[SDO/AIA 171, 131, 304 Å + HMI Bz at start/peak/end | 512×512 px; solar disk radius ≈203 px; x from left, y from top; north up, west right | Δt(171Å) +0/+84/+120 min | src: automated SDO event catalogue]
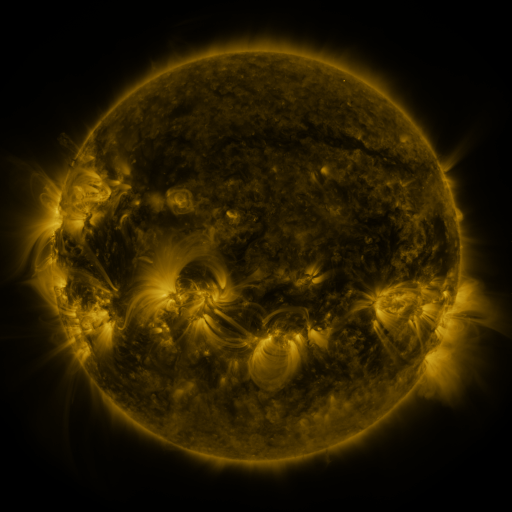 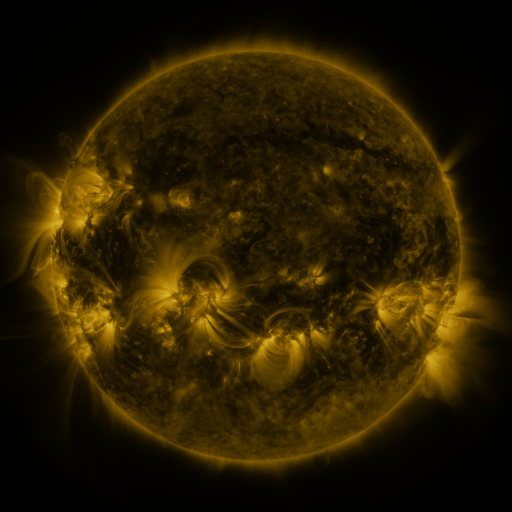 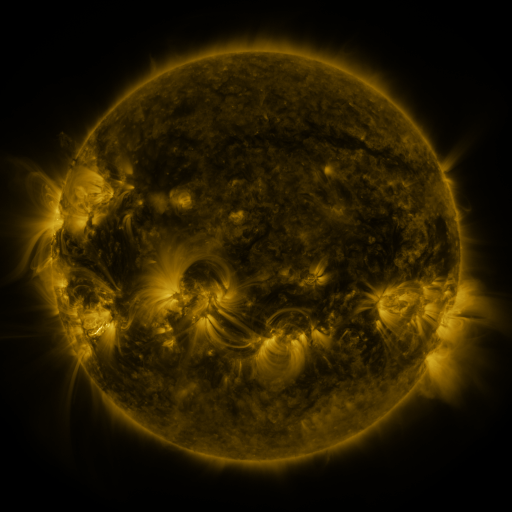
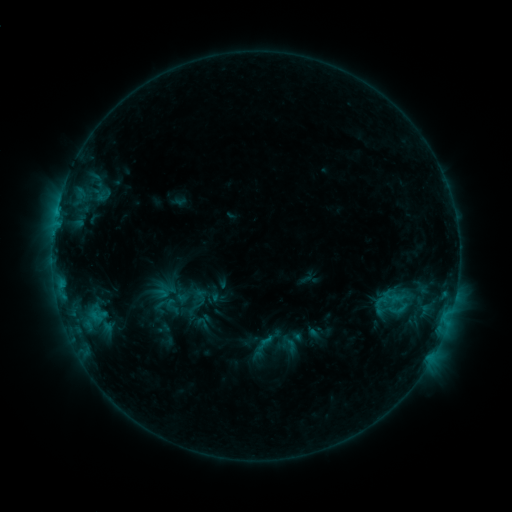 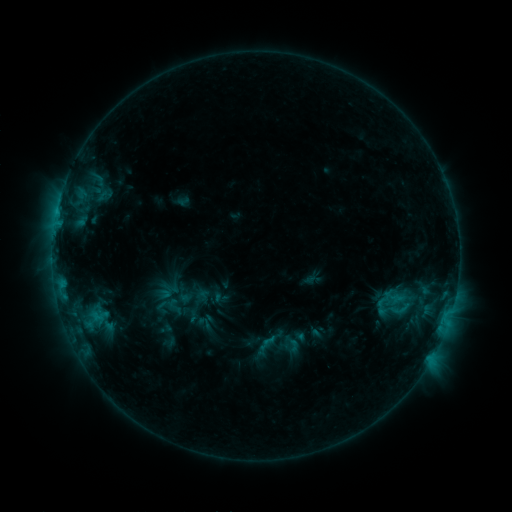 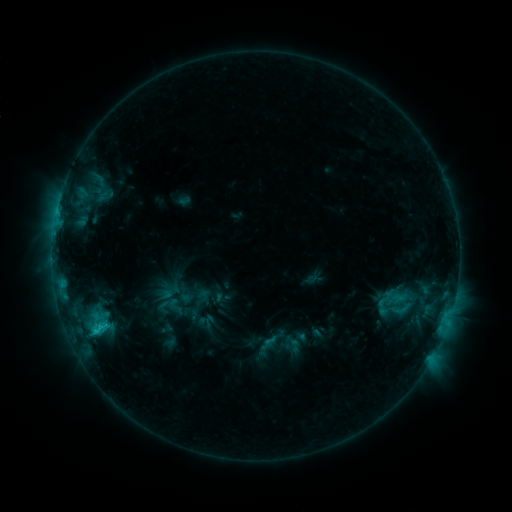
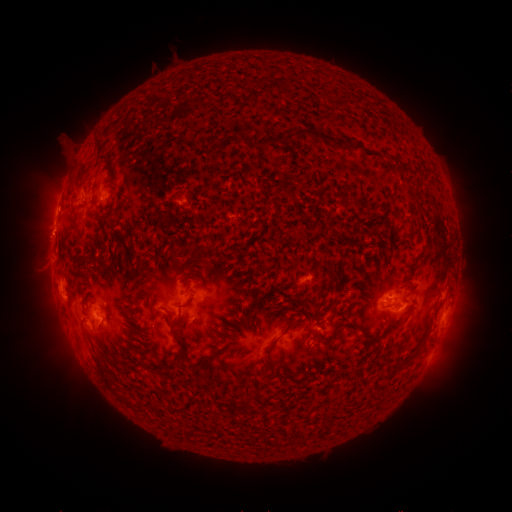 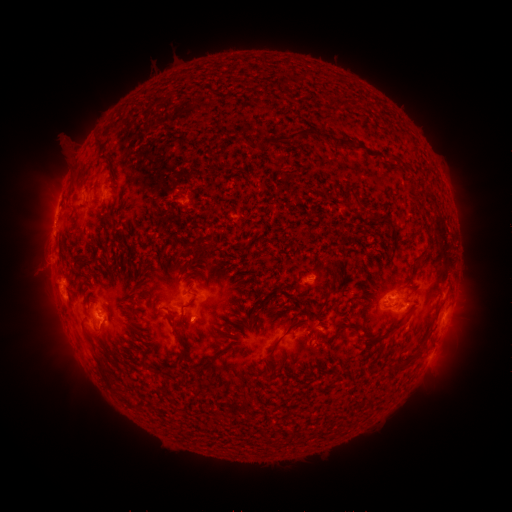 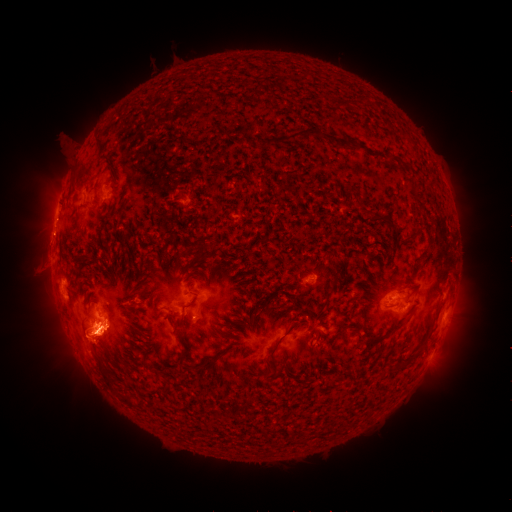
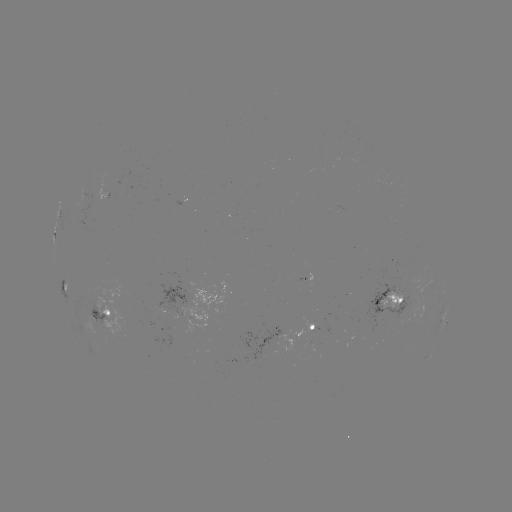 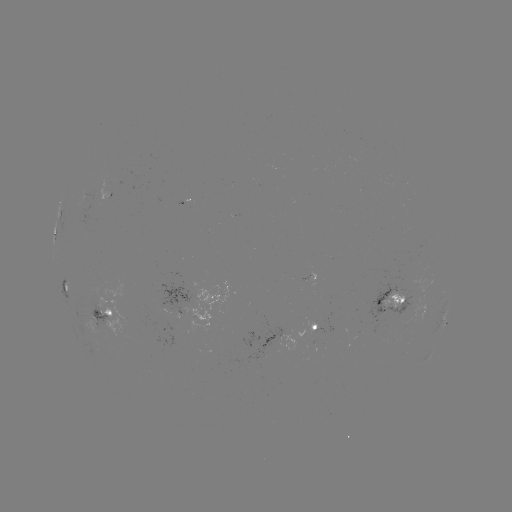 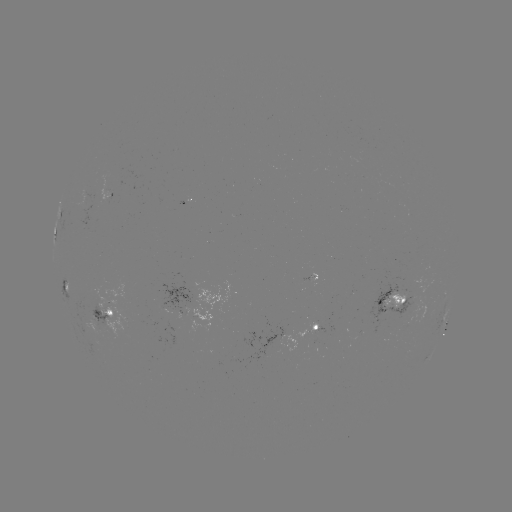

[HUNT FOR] emerging-flux region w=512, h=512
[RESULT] [152, 309]